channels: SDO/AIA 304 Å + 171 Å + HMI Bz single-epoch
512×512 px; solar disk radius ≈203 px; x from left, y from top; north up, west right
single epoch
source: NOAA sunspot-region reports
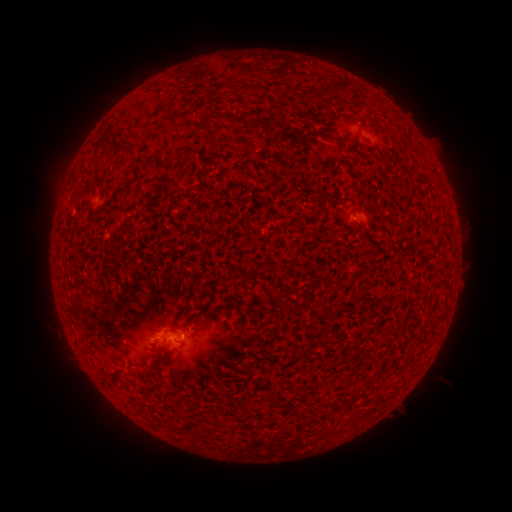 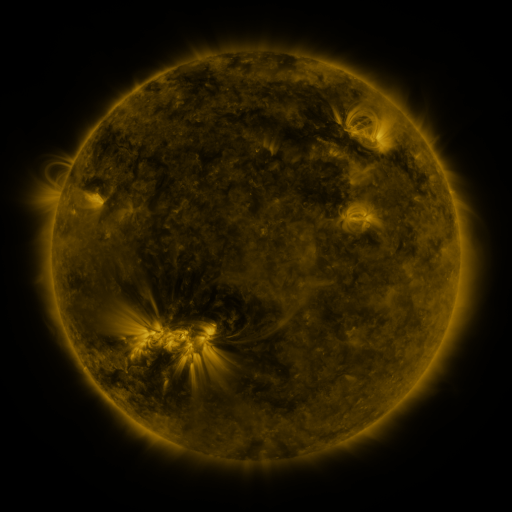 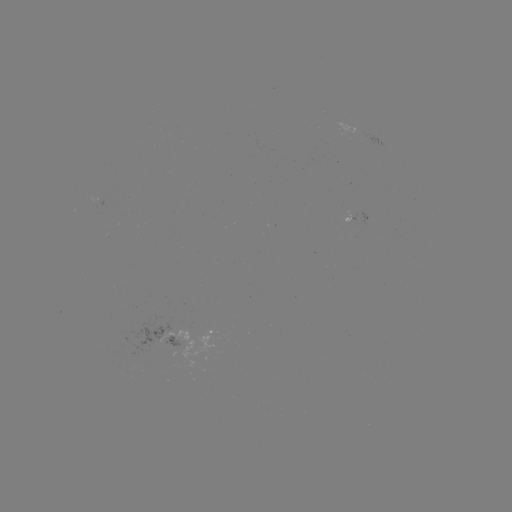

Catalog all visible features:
spotted active region: (358, 220)
spotted active region: (189, 333)
